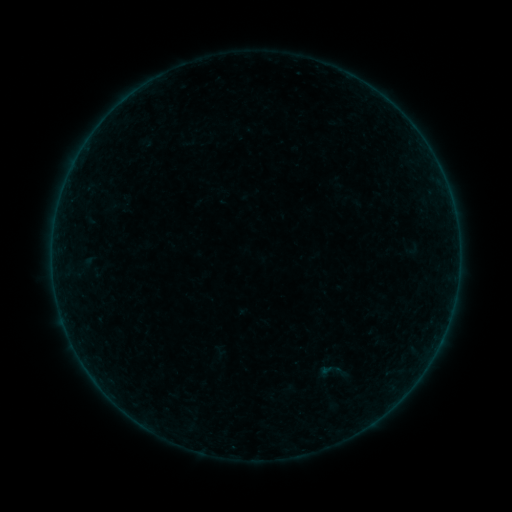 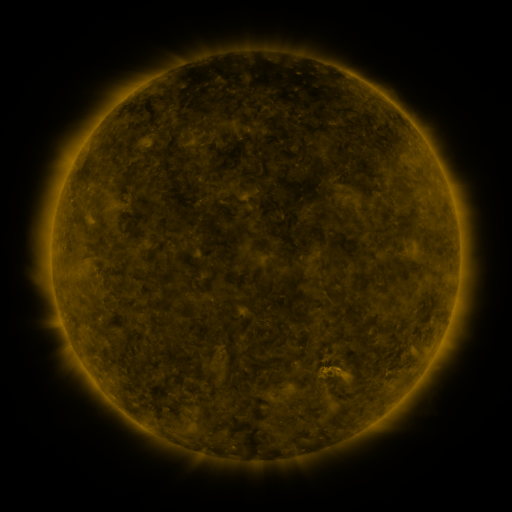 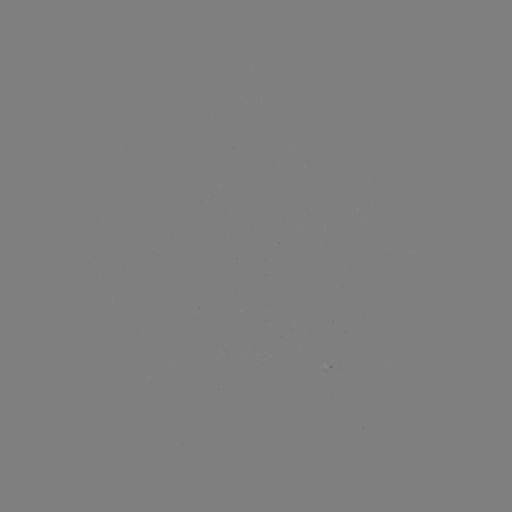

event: sigmoid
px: (329, 372)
